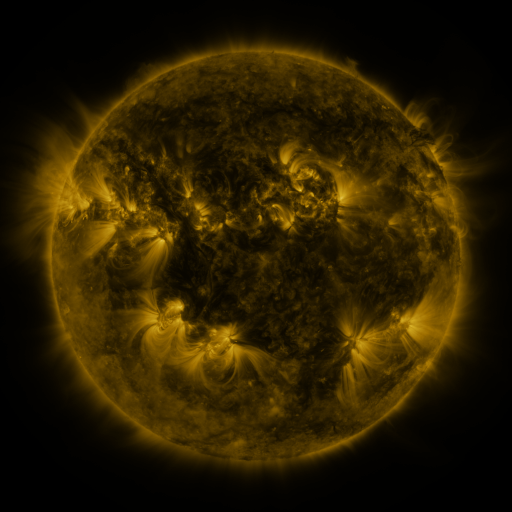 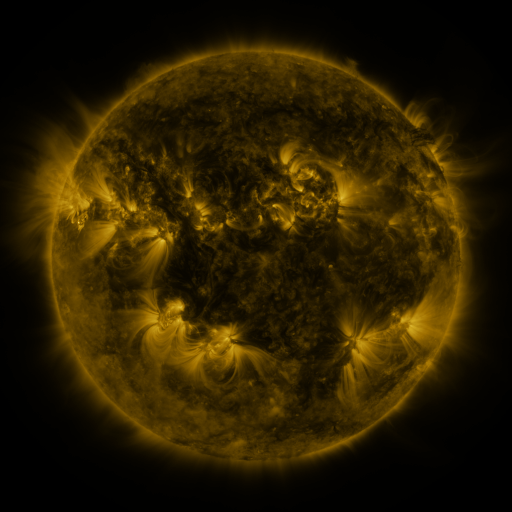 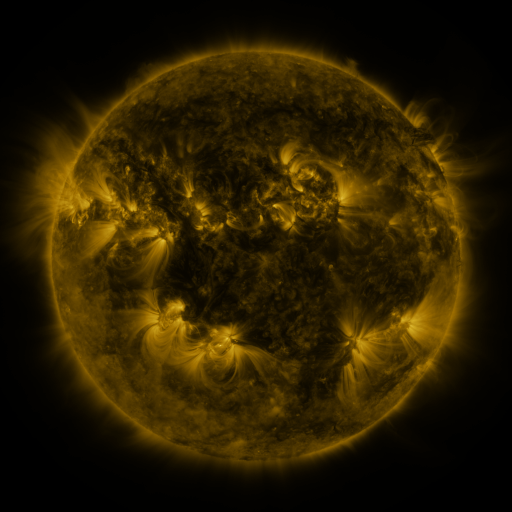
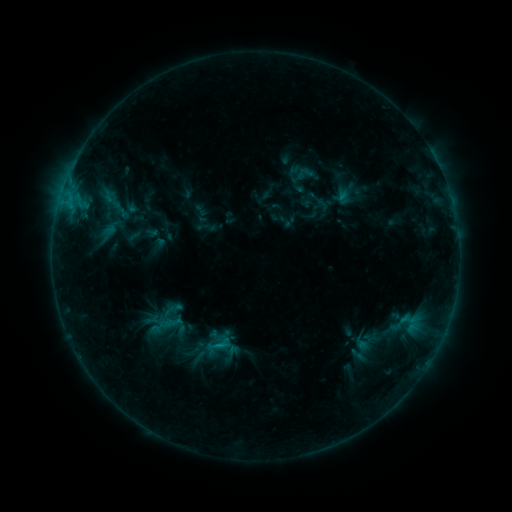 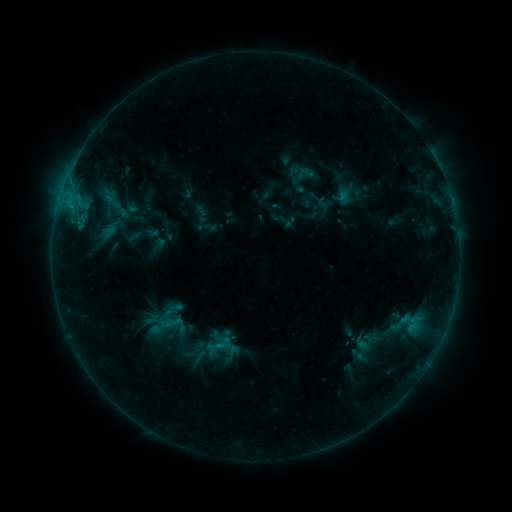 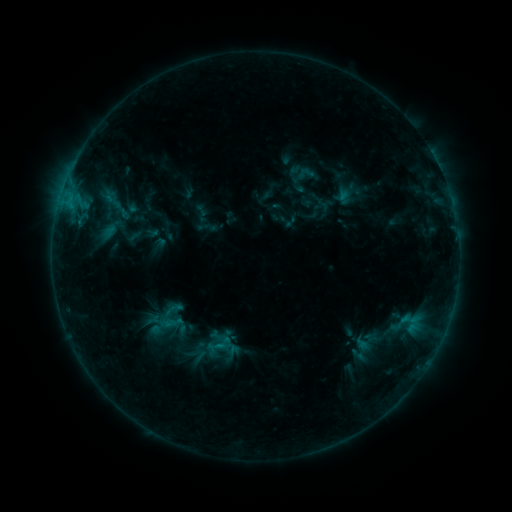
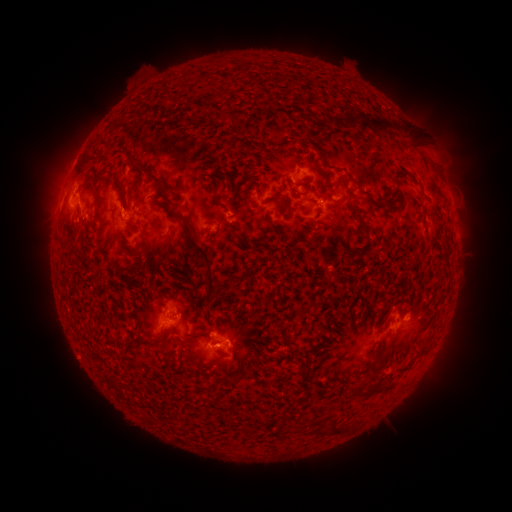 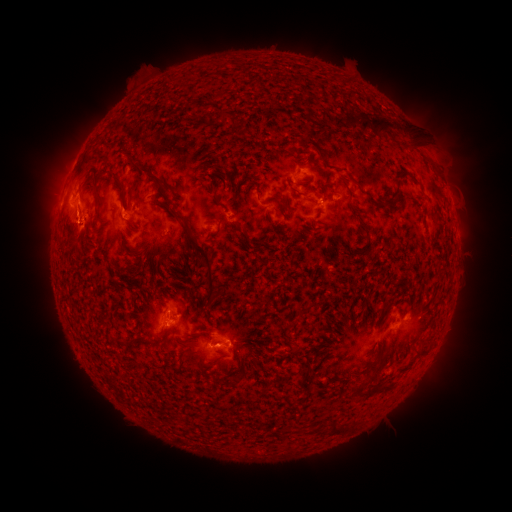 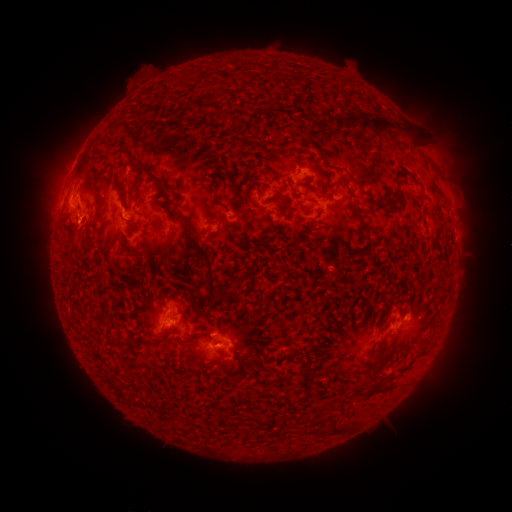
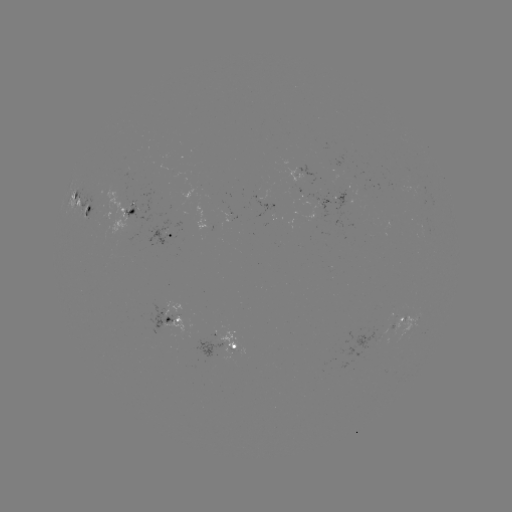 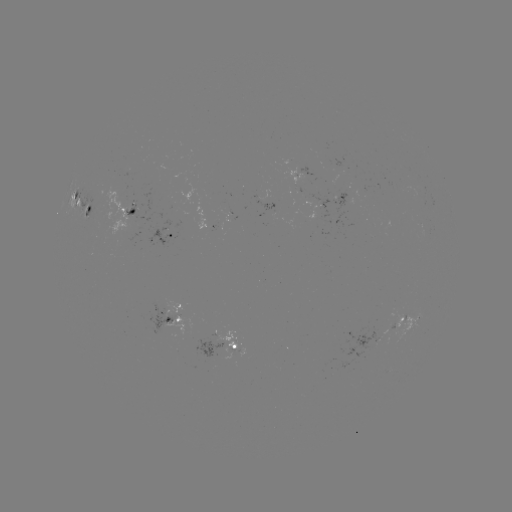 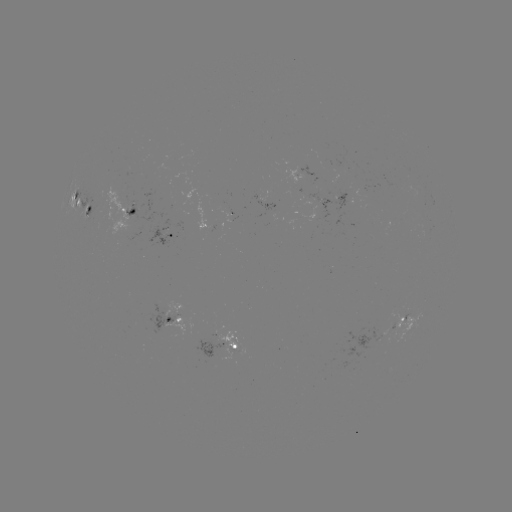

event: eruption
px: (75, 224)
